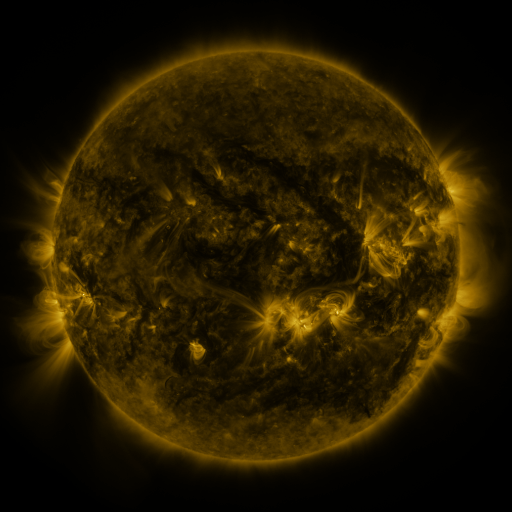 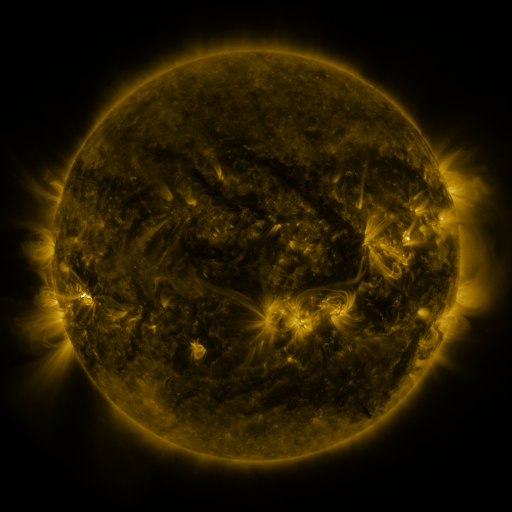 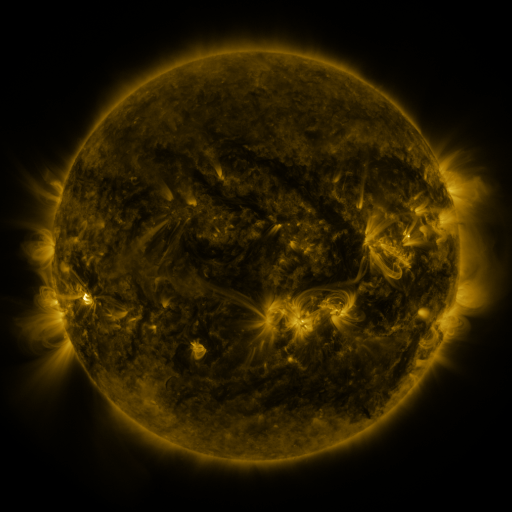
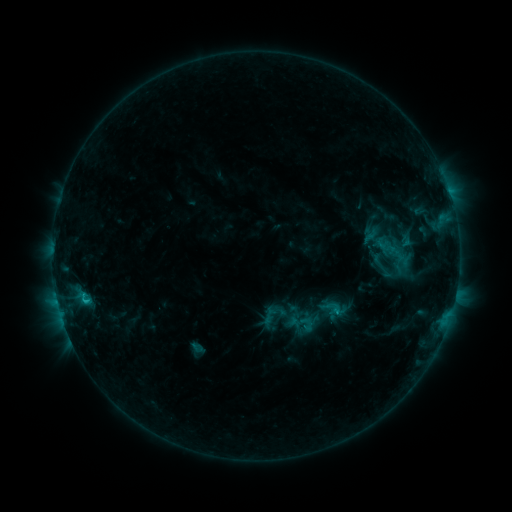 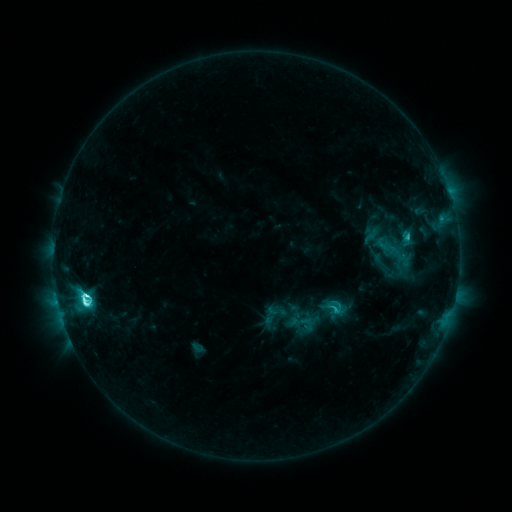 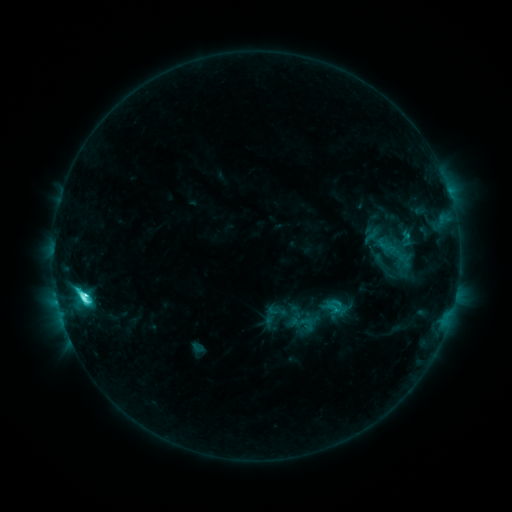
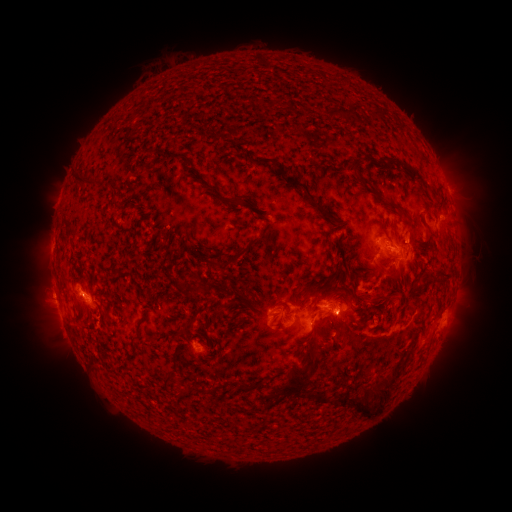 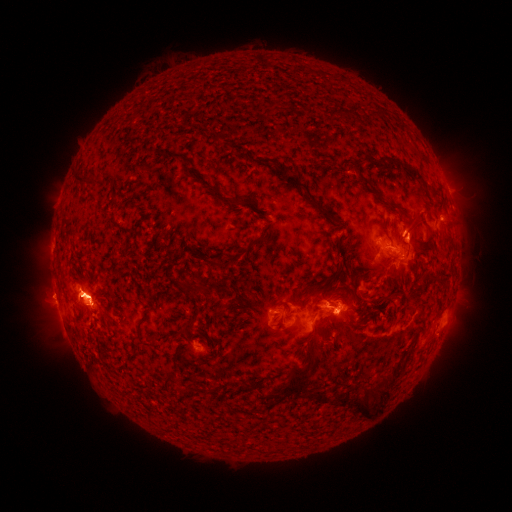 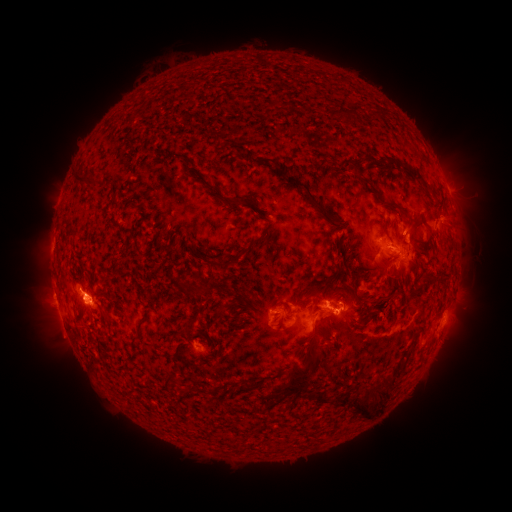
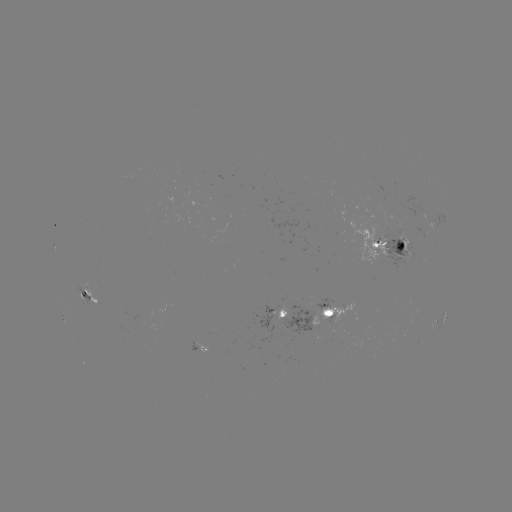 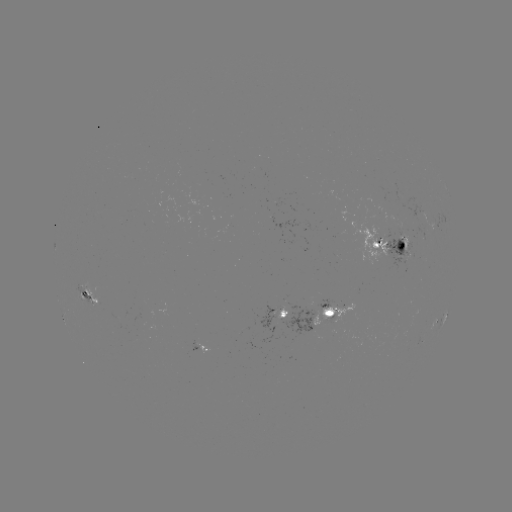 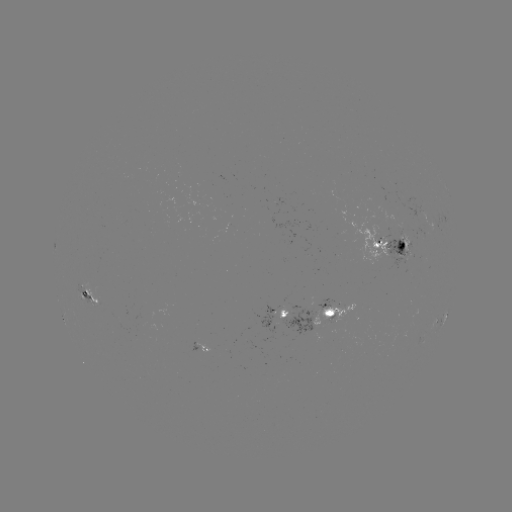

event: flare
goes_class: M1.5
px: (85, 300)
